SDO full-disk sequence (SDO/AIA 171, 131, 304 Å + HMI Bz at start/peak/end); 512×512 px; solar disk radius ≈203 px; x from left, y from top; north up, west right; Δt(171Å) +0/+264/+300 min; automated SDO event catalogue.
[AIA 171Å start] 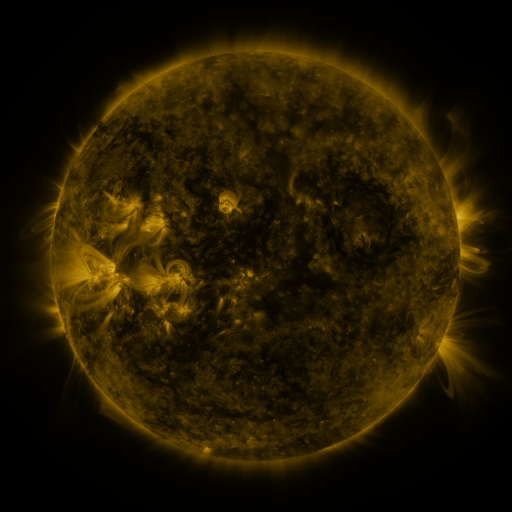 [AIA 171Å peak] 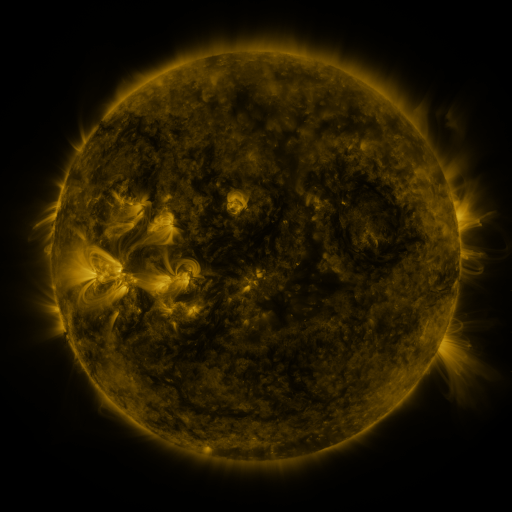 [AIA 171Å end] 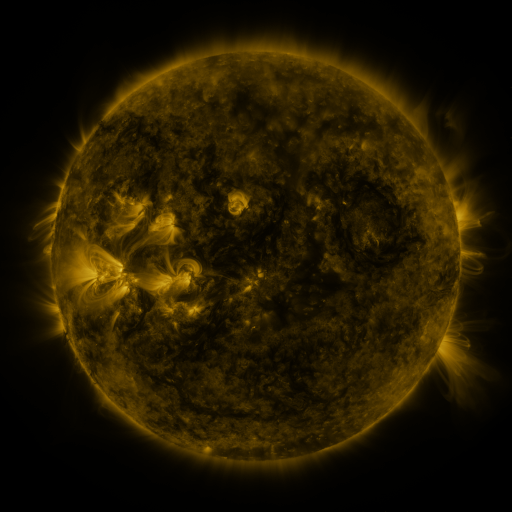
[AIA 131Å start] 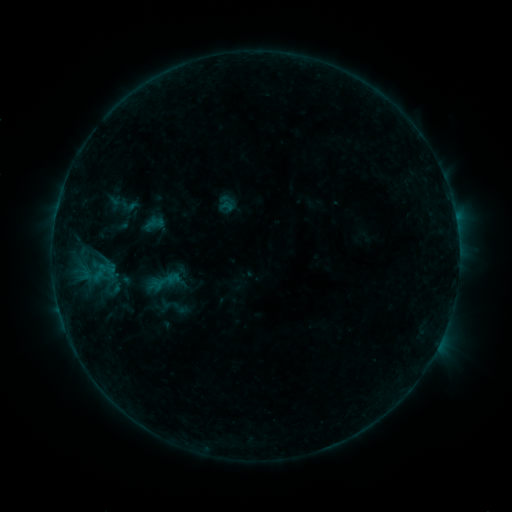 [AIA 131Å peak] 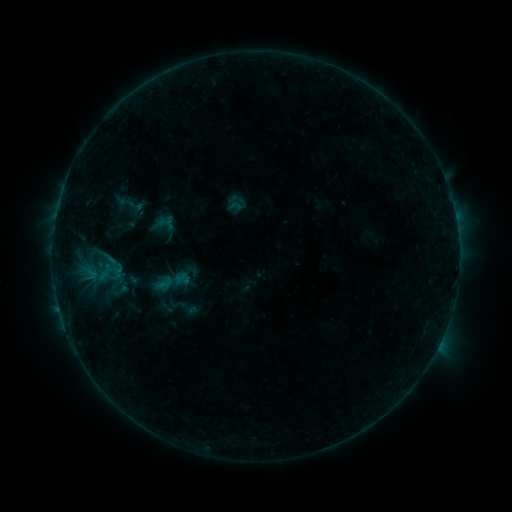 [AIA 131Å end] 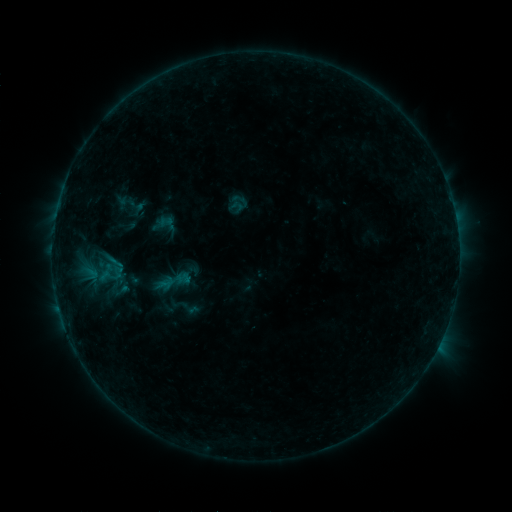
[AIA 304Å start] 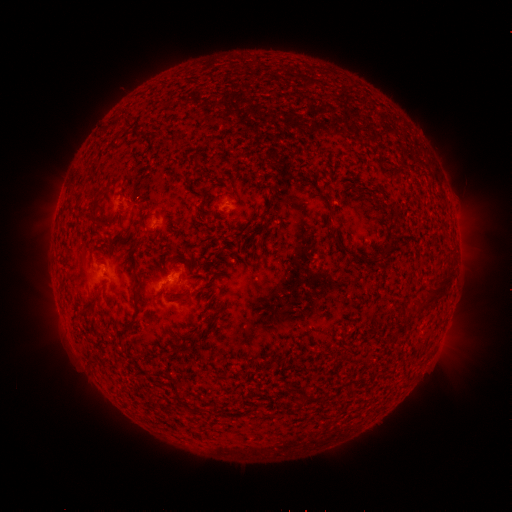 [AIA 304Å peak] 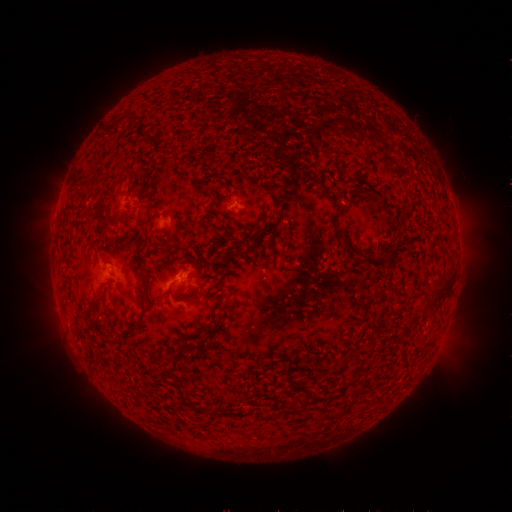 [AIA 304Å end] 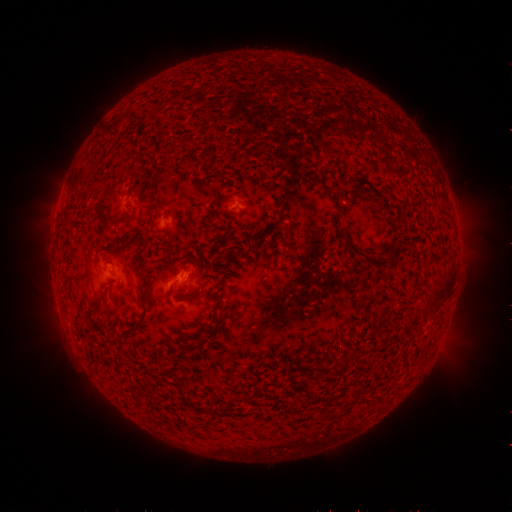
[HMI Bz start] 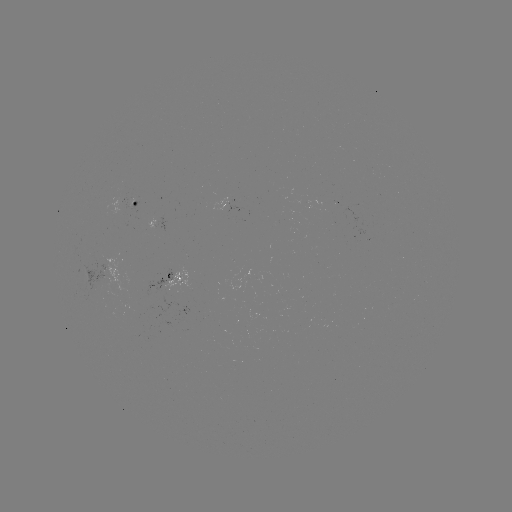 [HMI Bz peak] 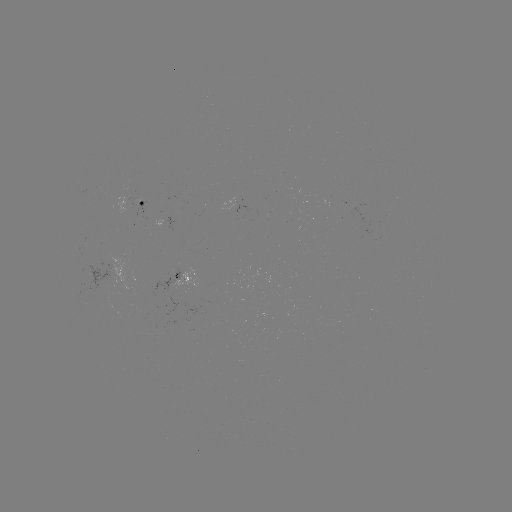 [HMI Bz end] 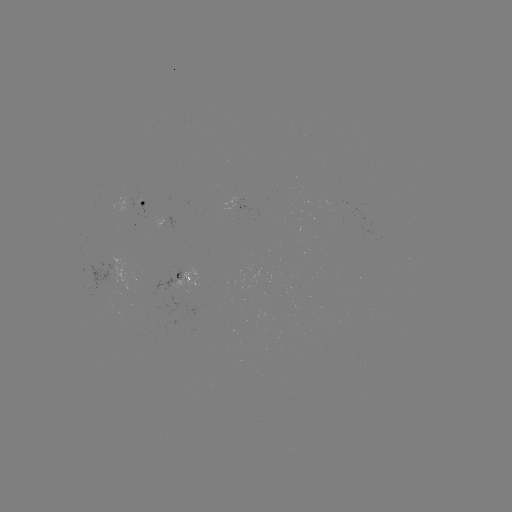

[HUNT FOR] emerging-flux region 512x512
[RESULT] (136, 201)